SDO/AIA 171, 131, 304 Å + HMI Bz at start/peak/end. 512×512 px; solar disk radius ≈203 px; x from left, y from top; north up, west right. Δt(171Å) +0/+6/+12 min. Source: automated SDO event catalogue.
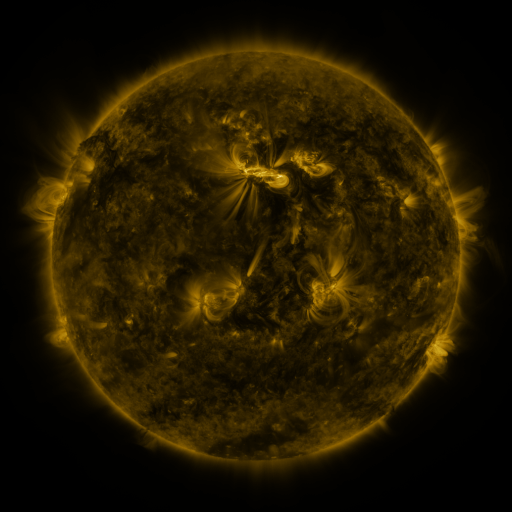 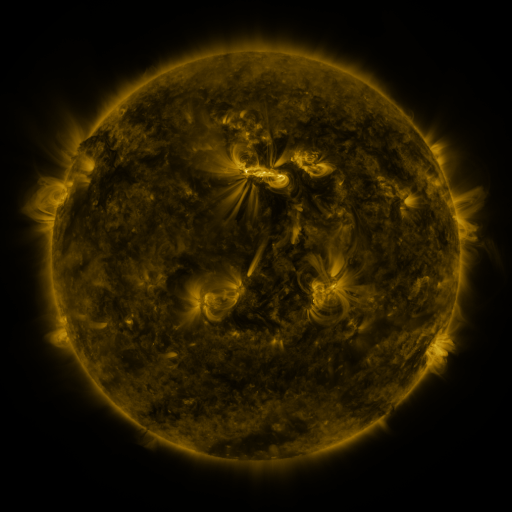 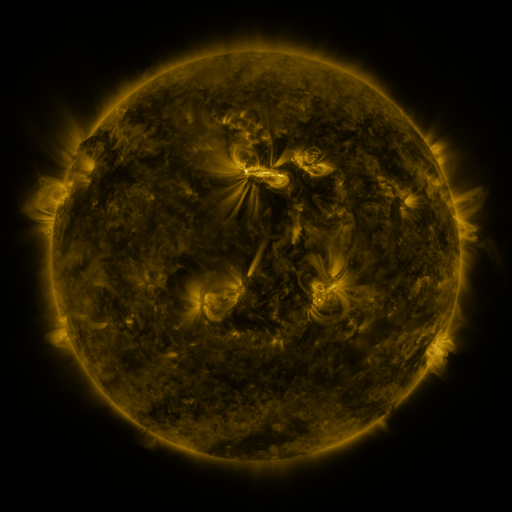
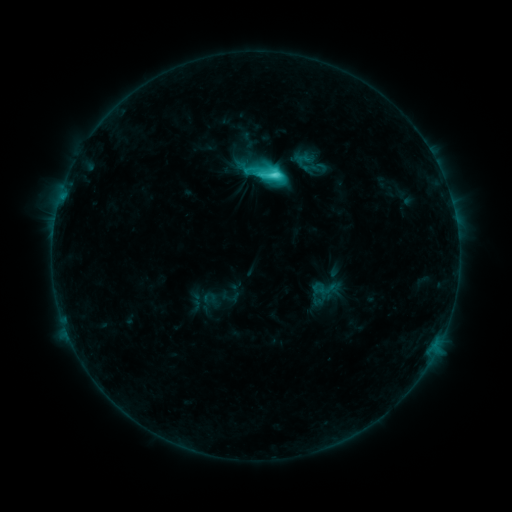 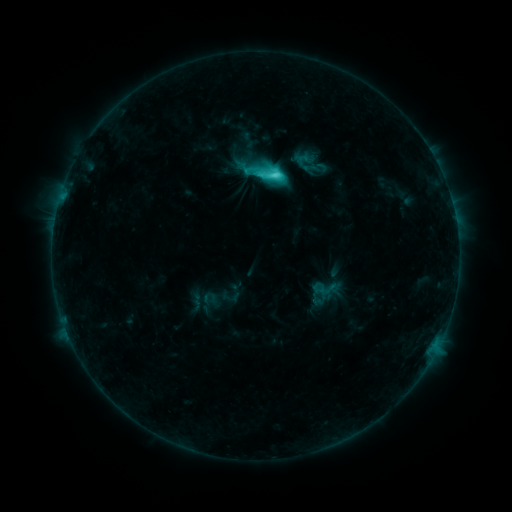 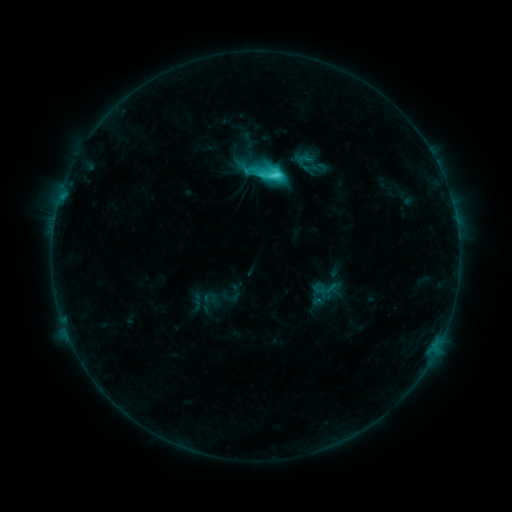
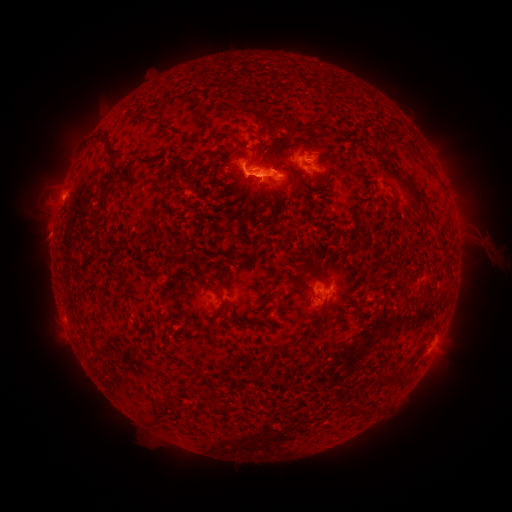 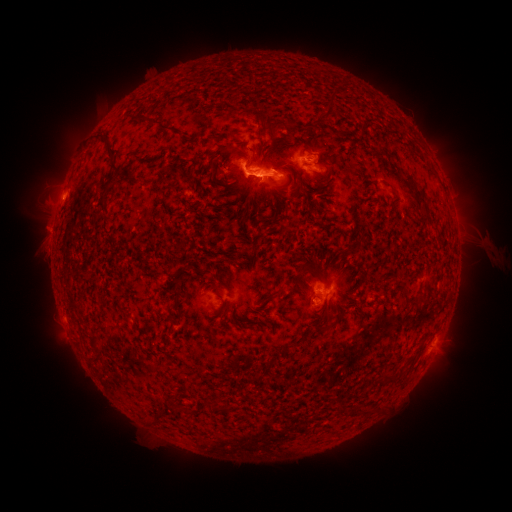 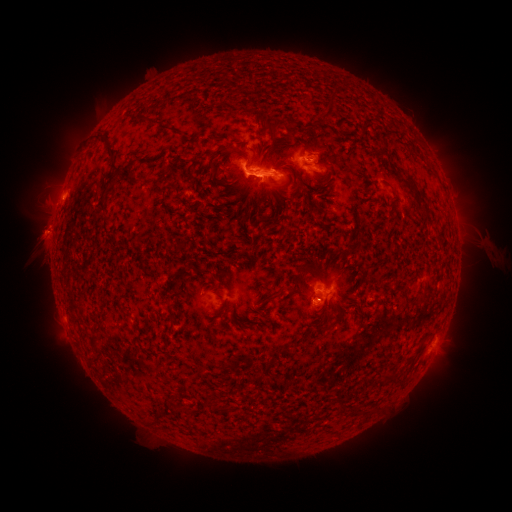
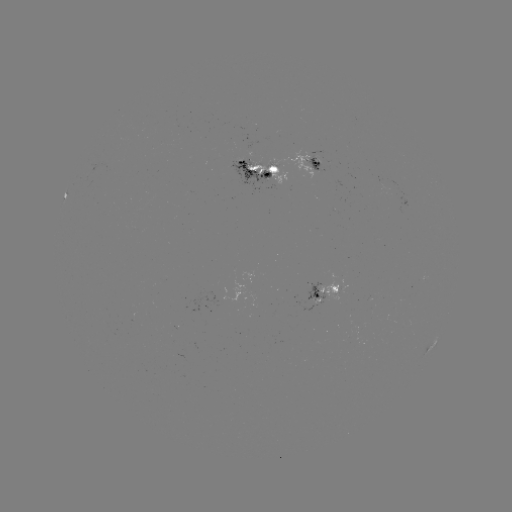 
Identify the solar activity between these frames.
eruption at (46, 235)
